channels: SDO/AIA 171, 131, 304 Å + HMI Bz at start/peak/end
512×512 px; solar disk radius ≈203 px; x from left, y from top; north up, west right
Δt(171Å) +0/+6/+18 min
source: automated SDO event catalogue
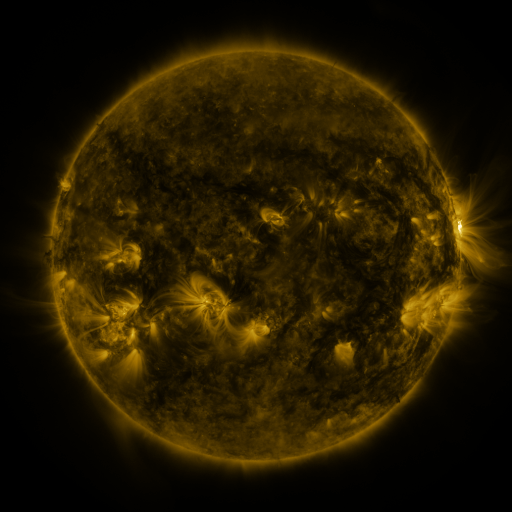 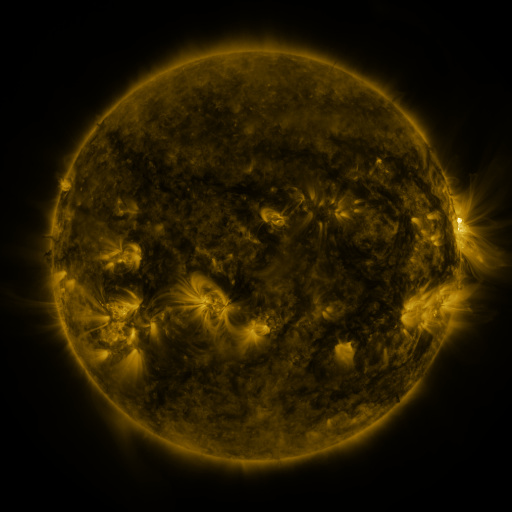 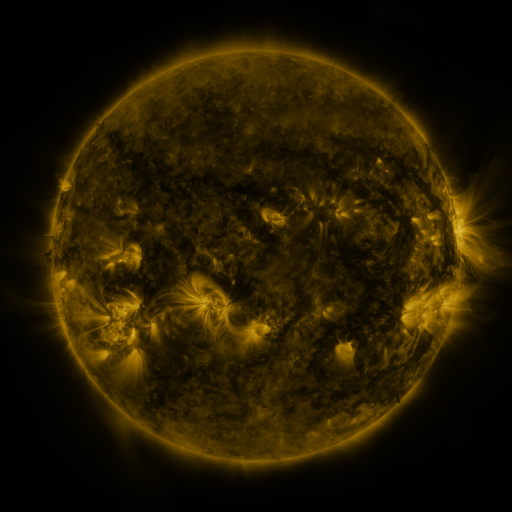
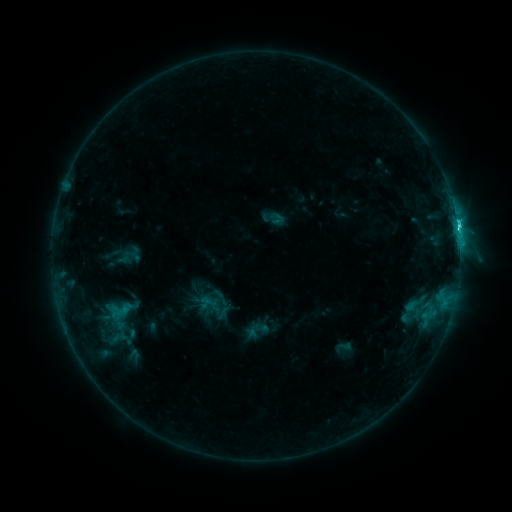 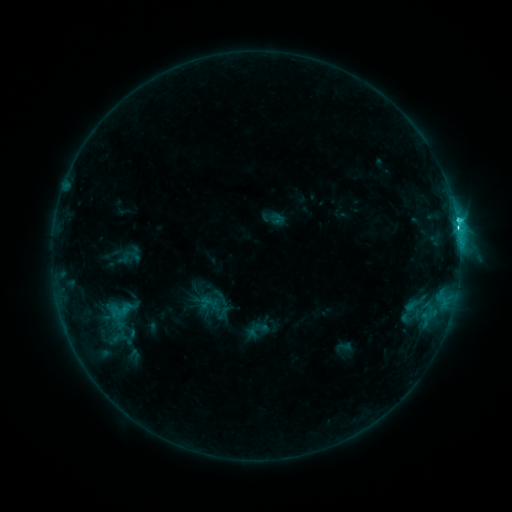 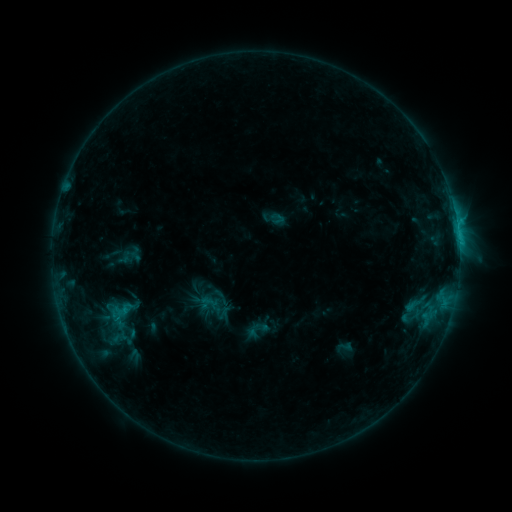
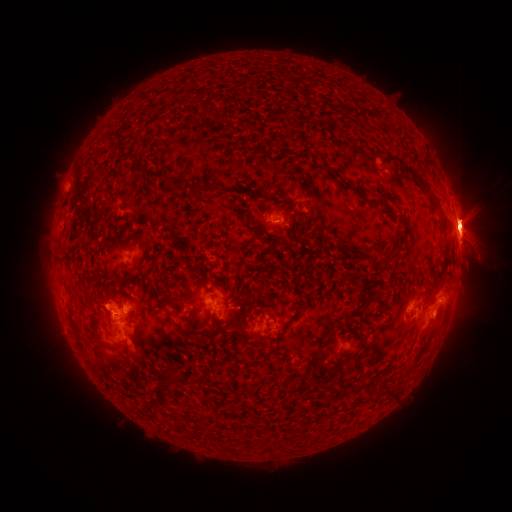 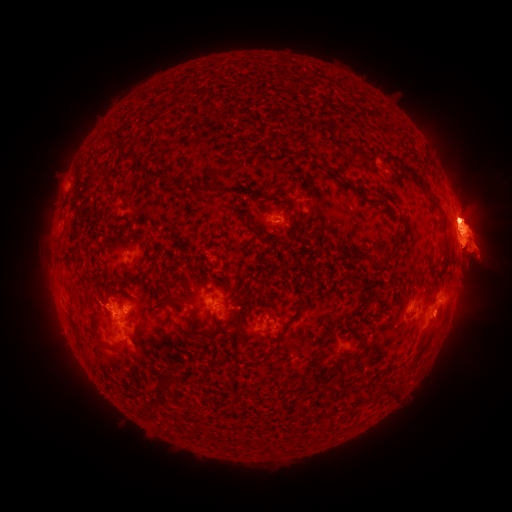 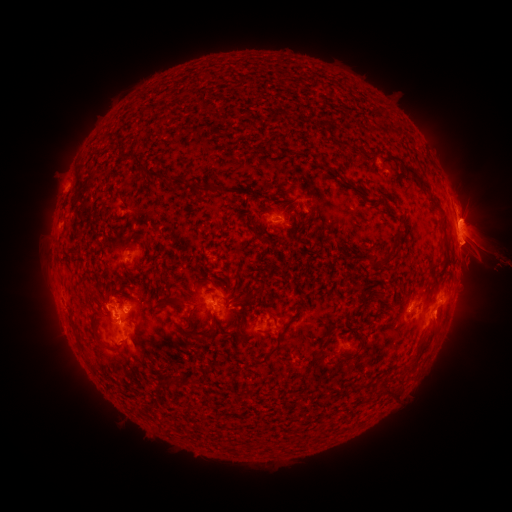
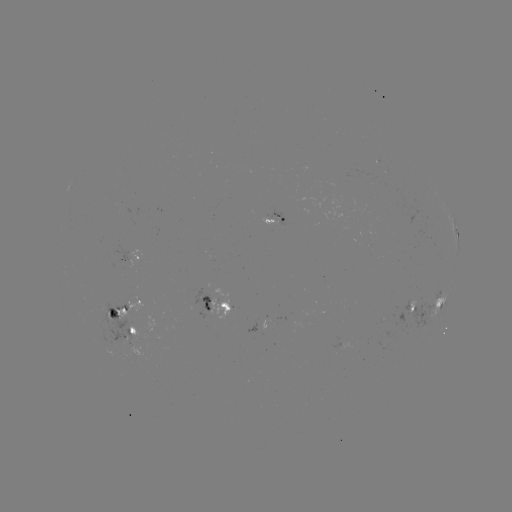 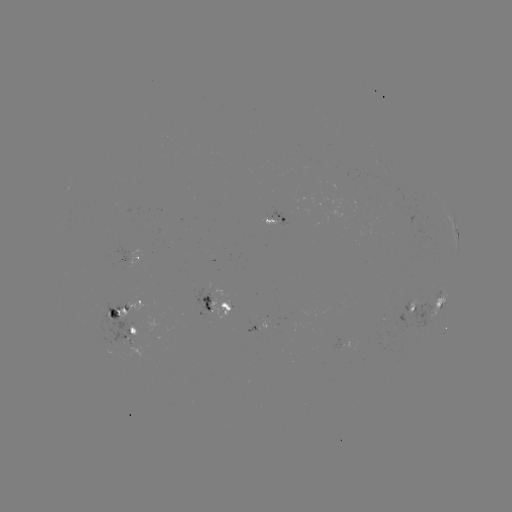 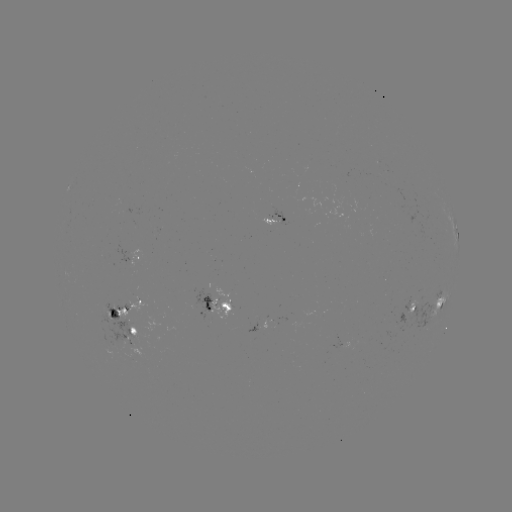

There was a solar eruption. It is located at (24, 251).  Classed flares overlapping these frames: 1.